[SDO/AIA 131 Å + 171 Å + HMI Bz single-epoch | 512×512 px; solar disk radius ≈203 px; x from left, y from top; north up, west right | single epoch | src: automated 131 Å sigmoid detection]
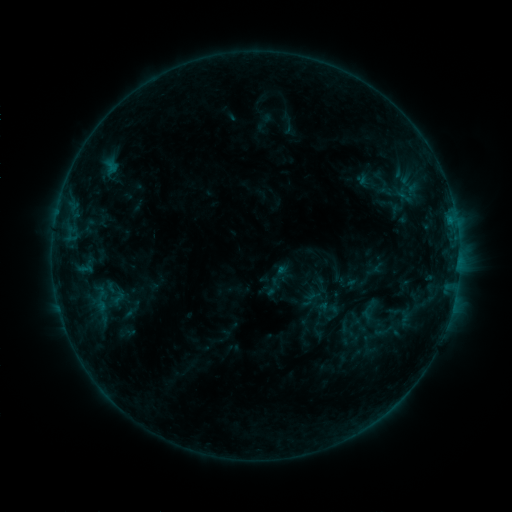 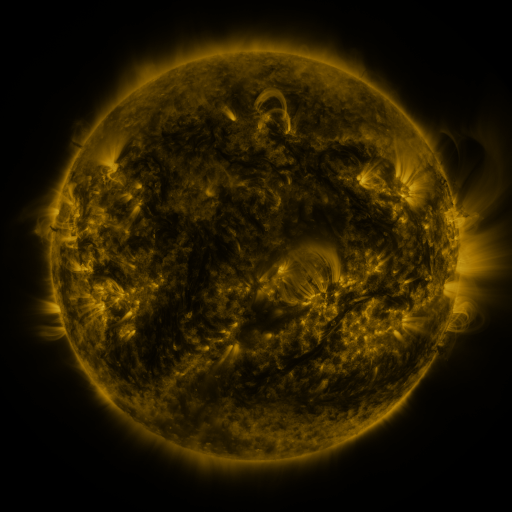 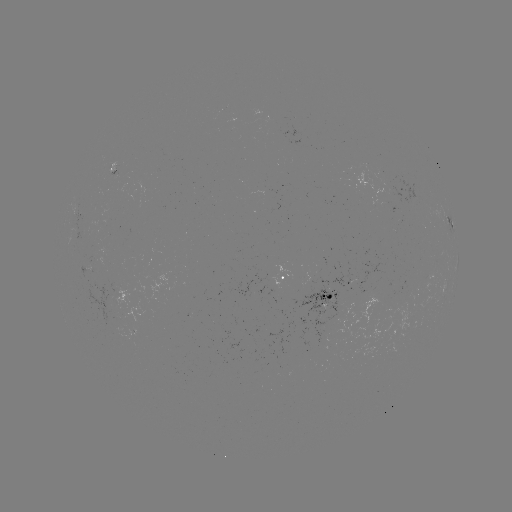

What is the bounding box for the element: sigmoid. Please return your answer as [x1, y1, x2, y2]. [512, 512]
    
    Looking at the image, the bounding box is [374, 317, 400, 345].